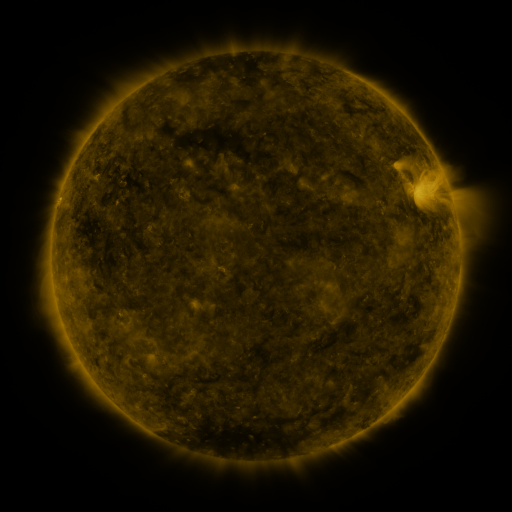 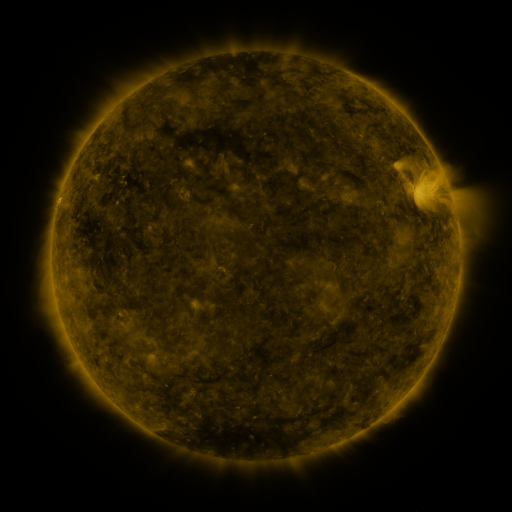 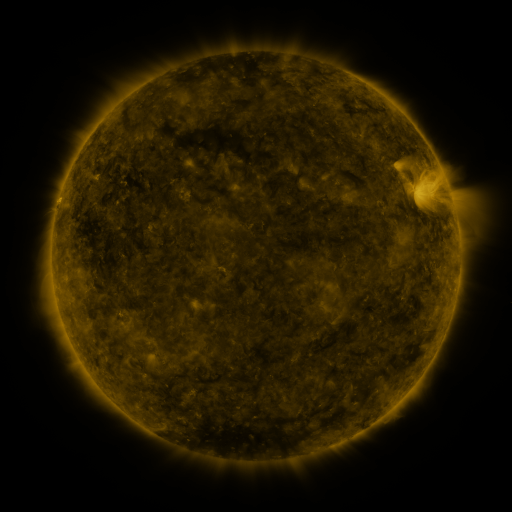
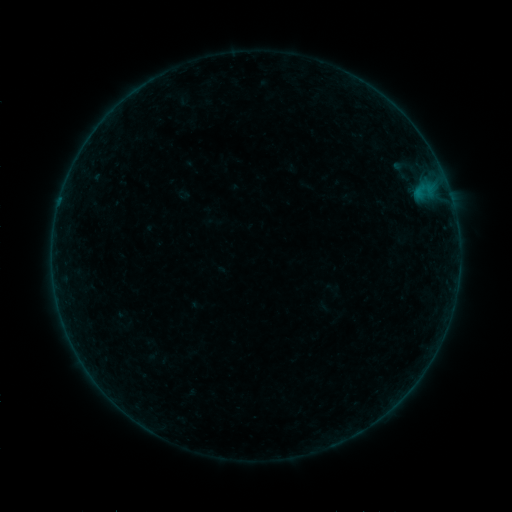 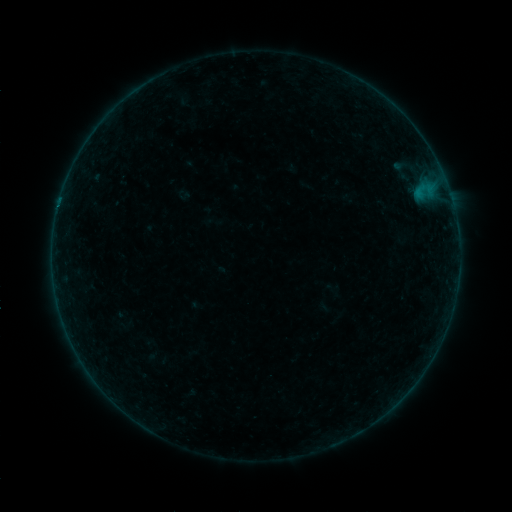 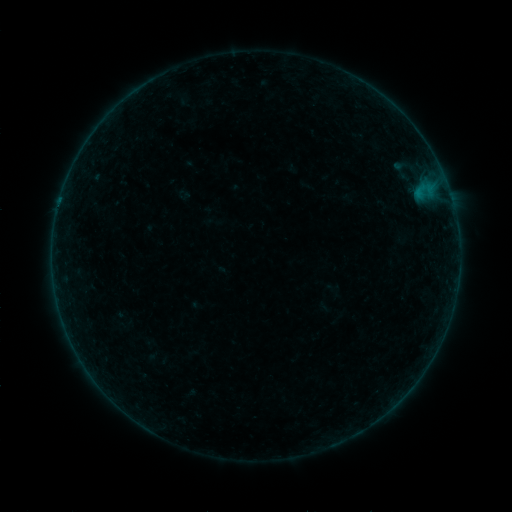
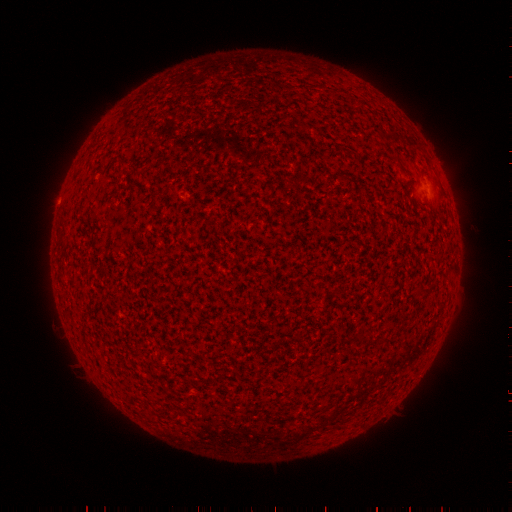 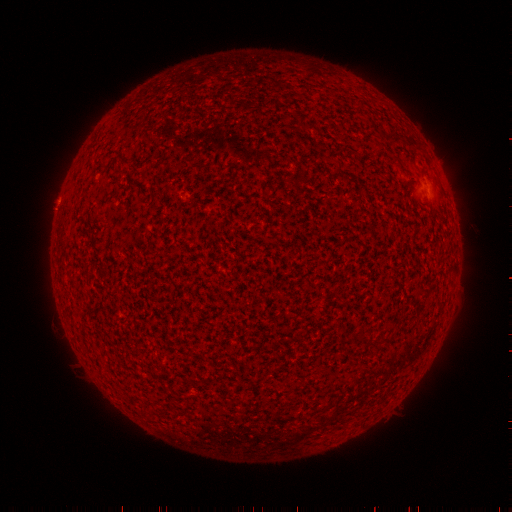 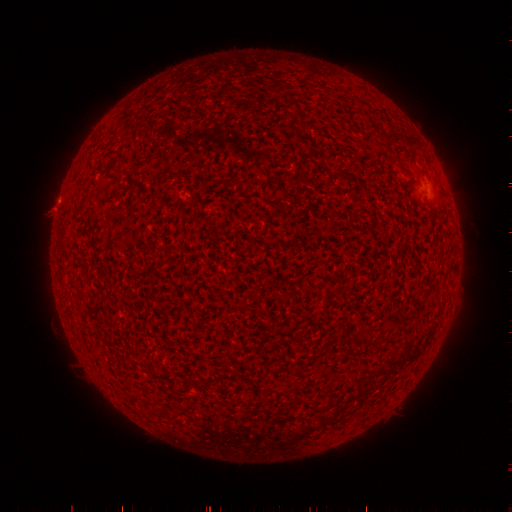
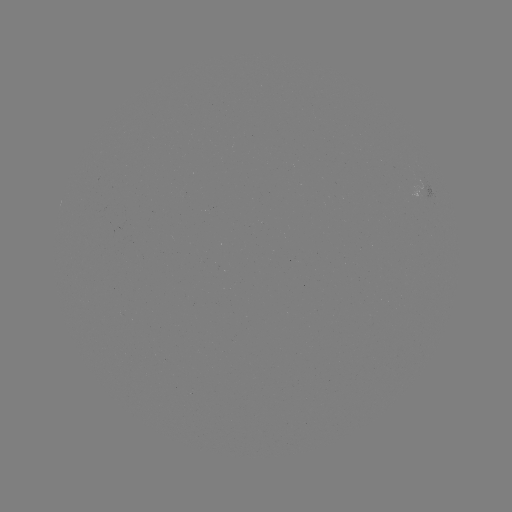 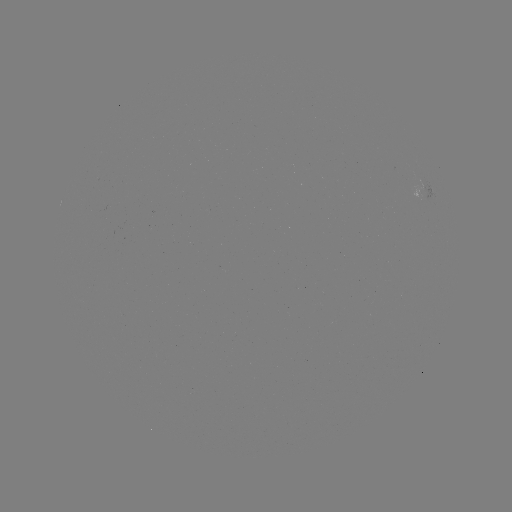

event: flare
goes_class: B8.3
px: (58, 210)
